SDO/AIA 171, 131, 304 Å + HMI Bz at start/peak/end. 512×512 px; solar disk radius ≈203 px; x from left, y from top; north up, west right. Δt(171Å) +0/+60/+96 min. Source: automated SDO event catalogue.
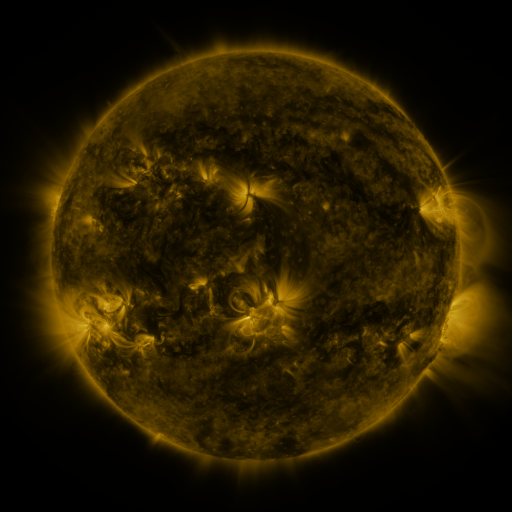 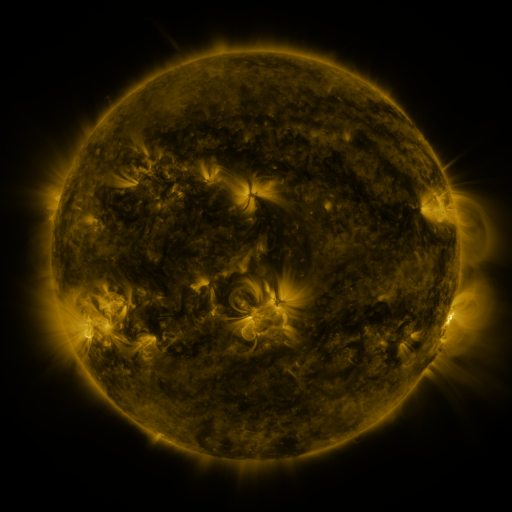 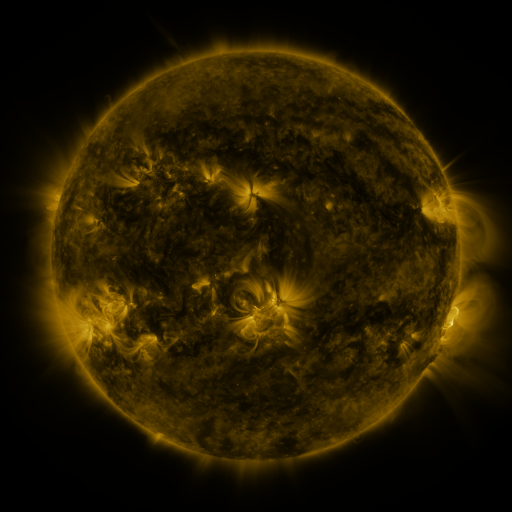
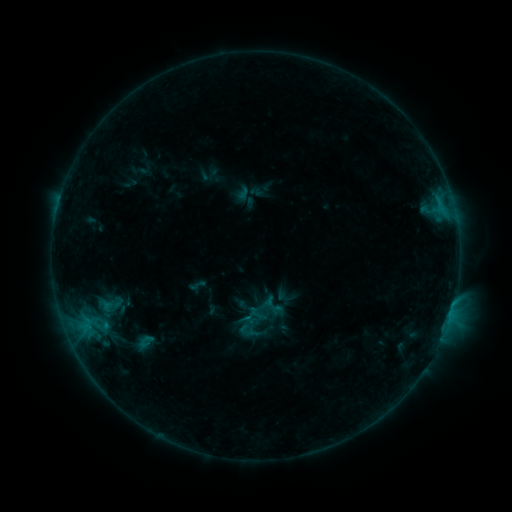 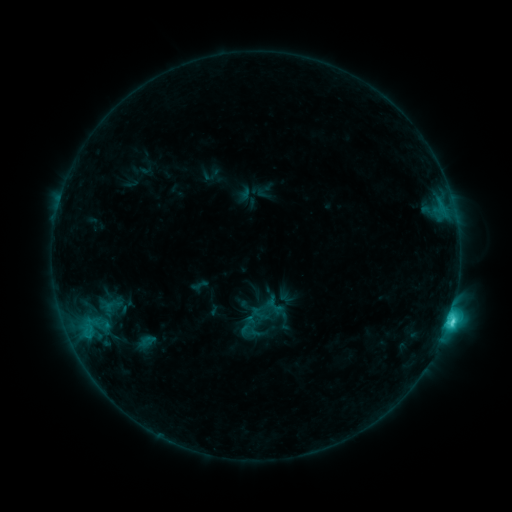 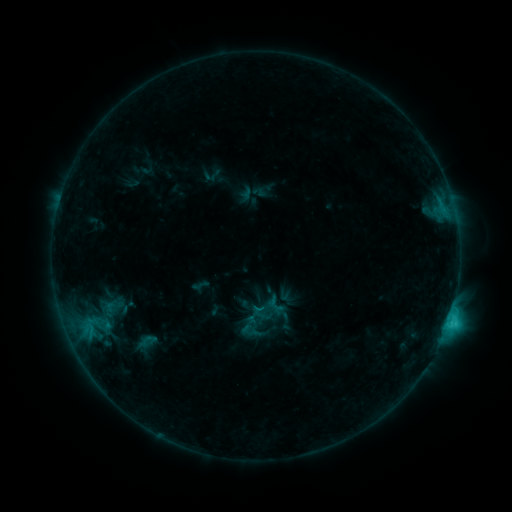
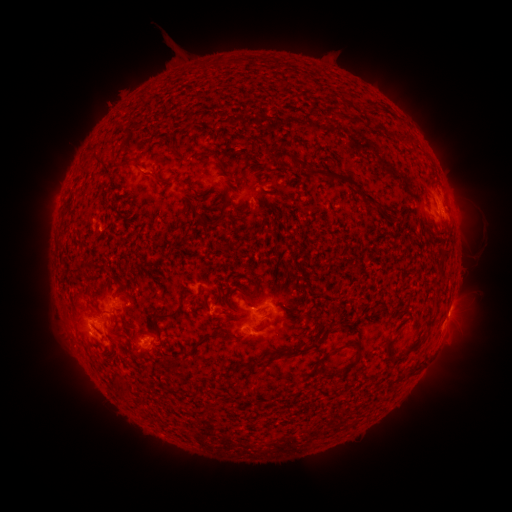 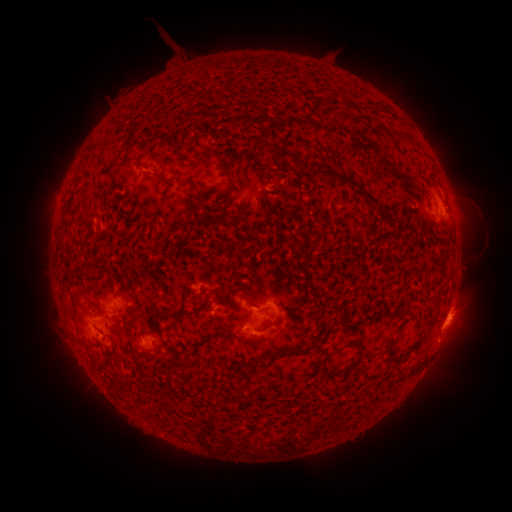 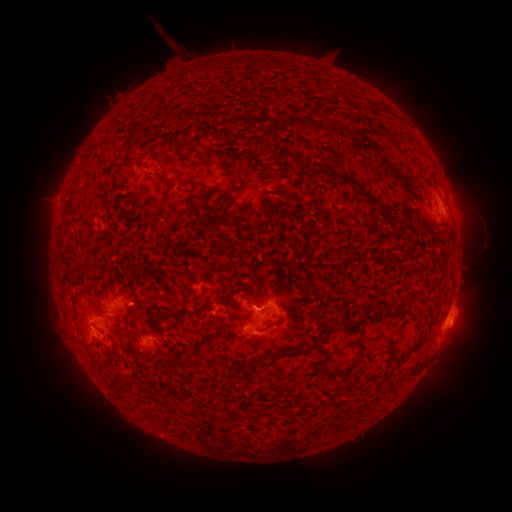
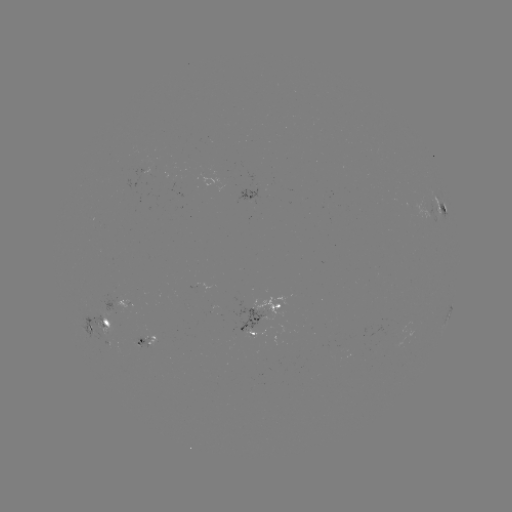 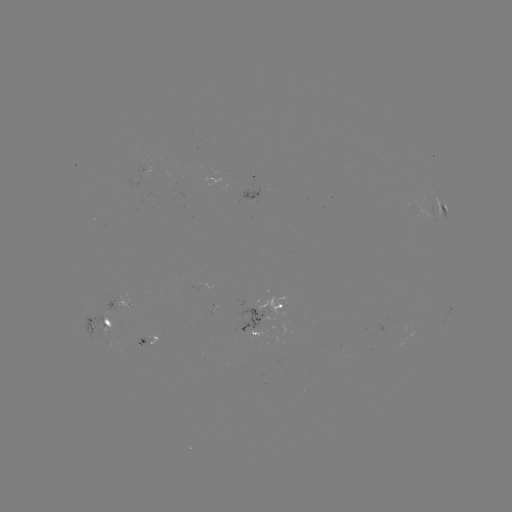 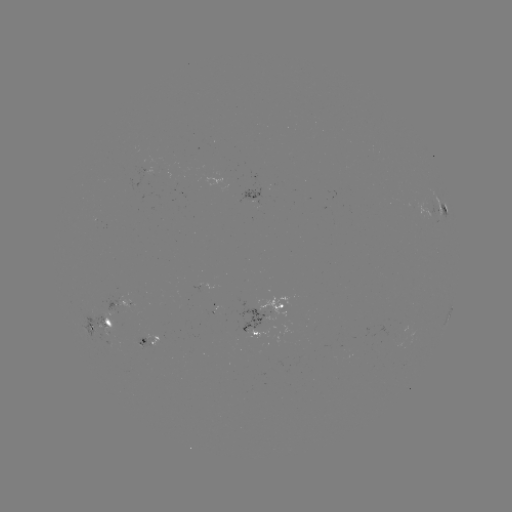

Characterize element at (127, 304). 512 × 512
emerging-flux region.